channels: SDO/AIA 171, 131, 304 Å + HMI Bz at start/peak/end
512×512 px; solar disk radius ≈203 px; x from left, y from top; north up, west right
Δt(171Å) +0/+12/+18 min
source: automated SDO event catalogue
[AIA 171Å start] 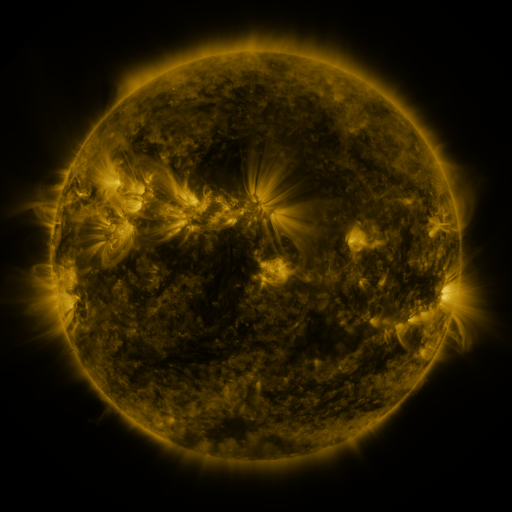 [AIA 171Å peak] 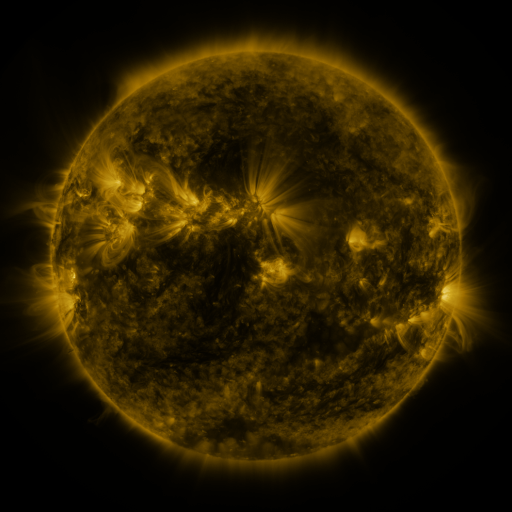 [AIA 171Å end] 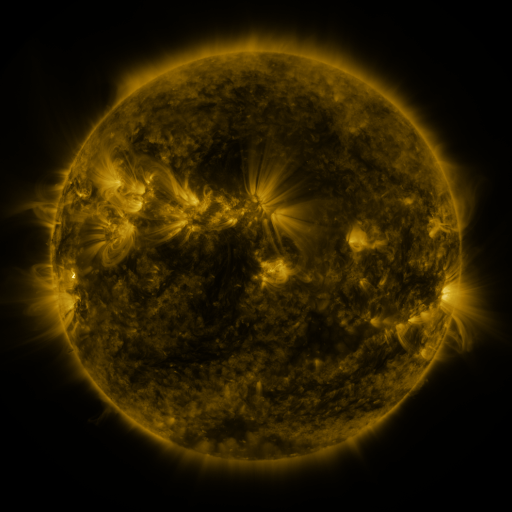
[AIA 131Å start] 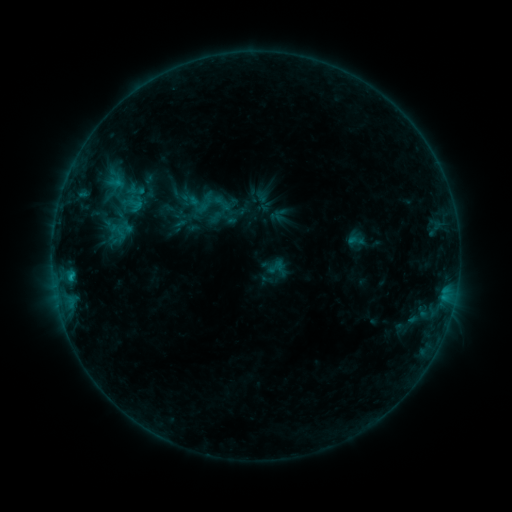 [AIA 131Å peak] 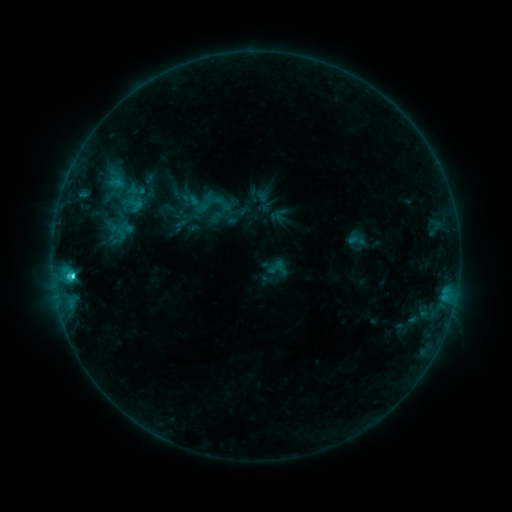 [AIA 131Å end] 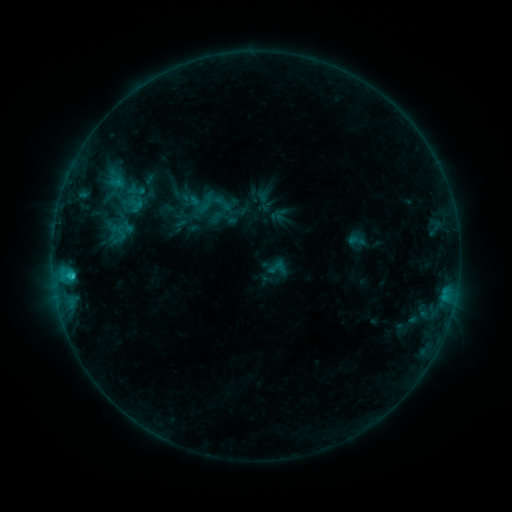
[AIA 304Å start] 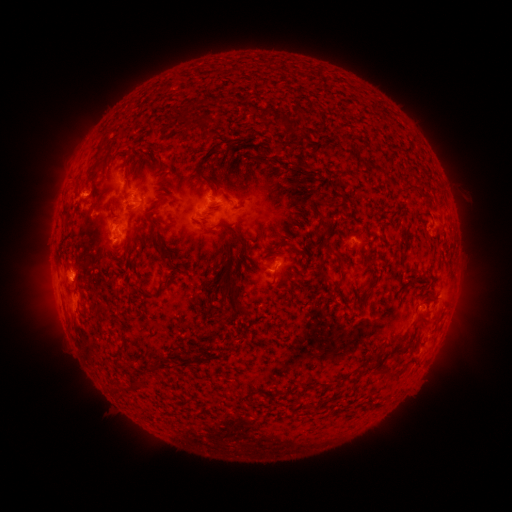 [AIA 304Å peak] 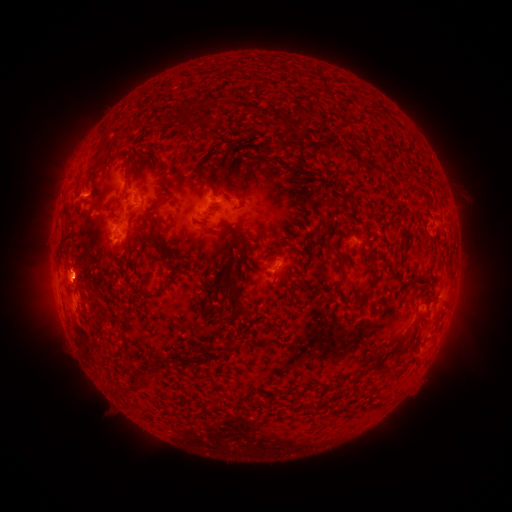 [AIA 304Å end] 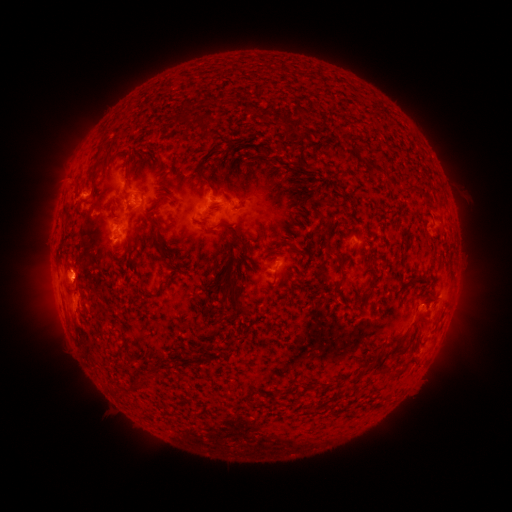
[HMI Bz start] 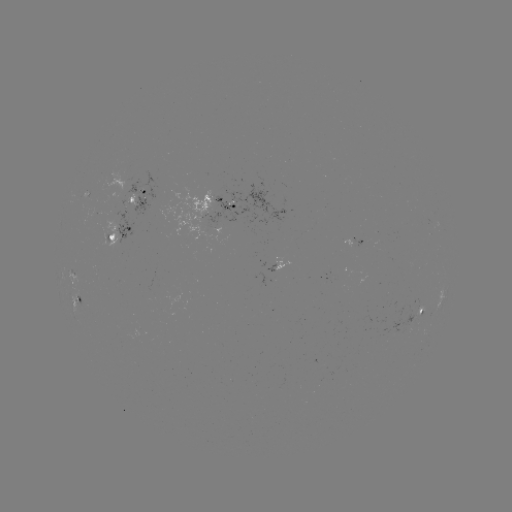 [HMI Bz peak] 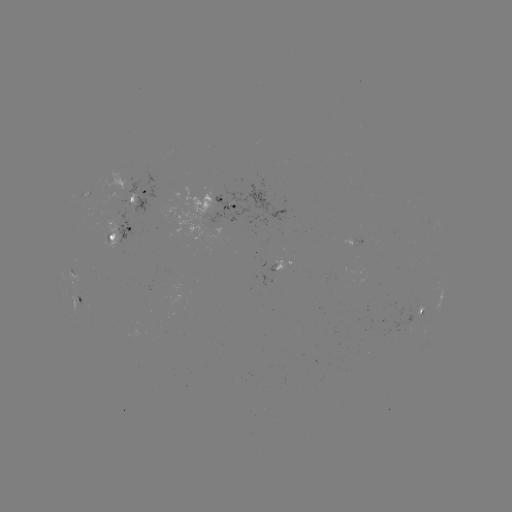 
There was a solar flare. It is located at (73, 273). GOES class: C2.2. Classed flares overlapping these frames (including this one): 1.